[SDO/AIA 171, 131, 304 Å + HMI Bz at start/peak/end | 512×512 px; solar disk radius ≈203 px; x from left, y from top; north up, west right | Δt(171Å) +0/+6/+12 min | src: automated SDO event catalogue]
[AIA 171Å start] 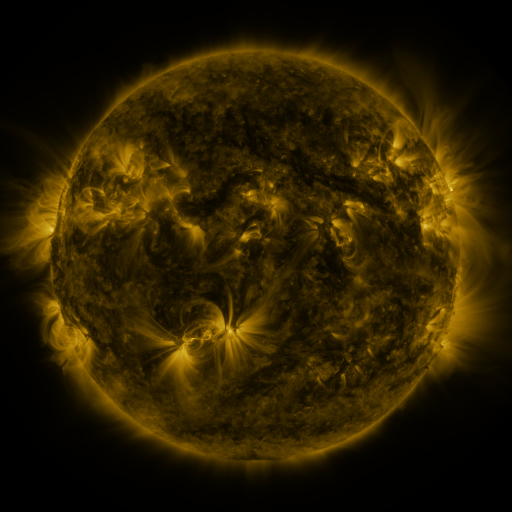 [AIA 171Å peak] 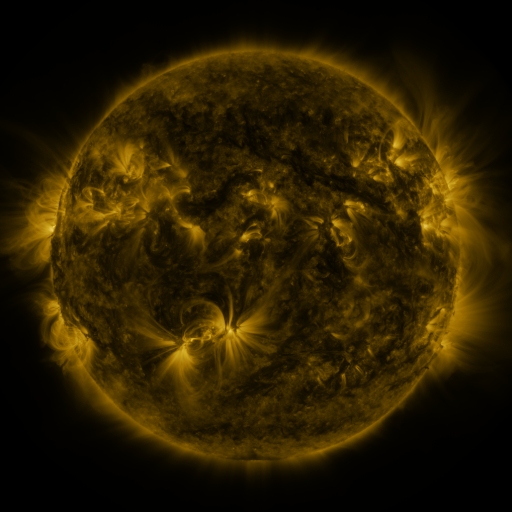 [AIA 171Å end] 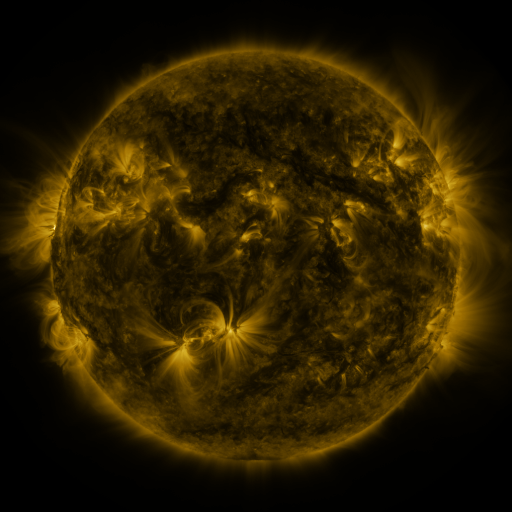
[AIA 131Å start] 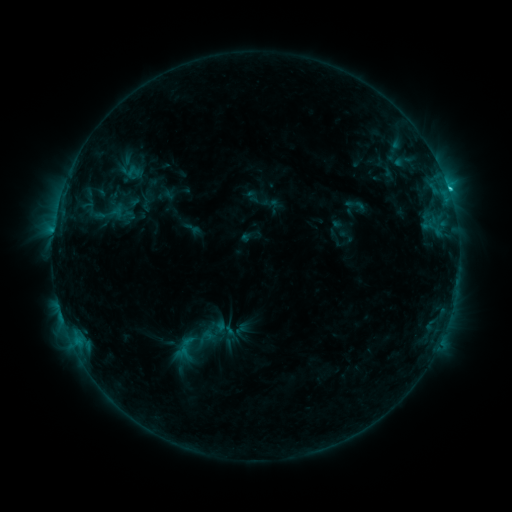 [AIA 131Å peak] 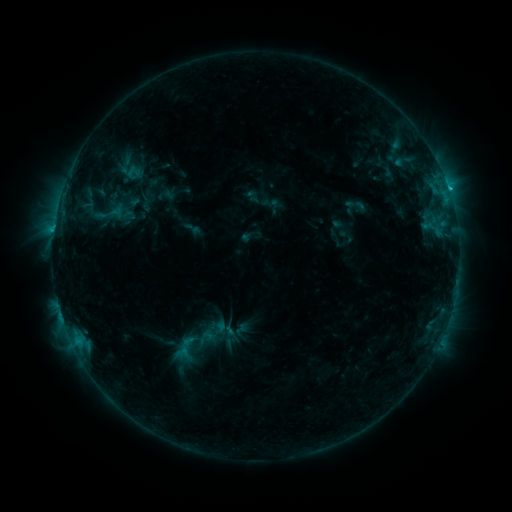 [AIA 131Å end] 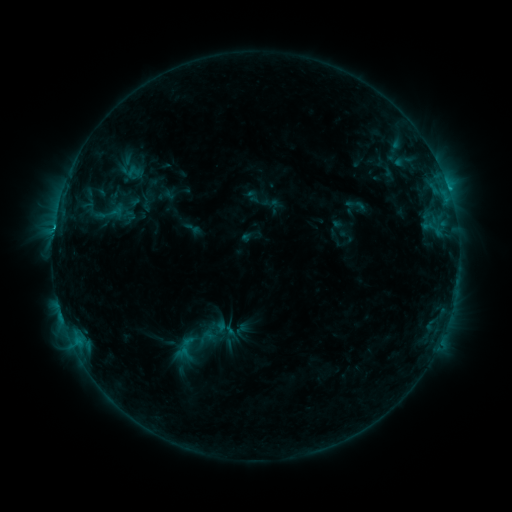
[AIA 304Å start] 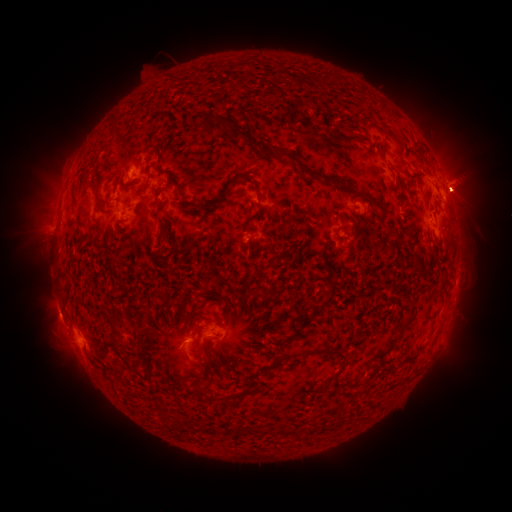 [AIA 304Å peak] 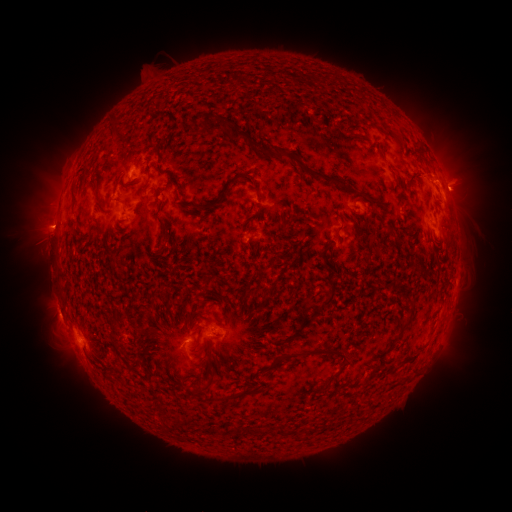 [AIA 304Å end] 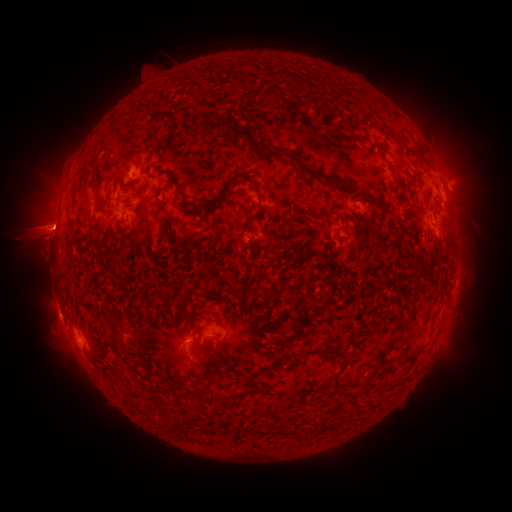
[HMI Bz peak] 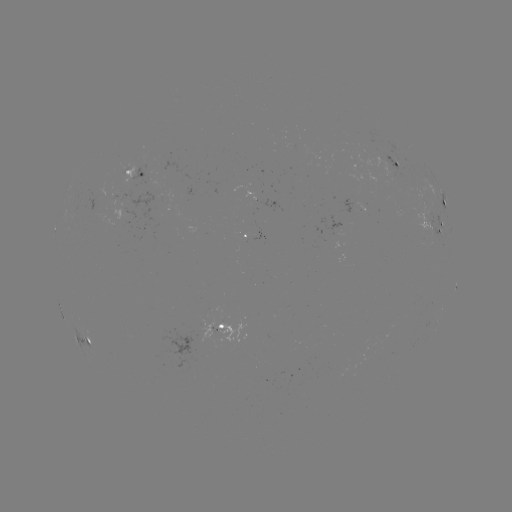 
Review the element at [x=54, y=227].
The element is C2.6 flare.